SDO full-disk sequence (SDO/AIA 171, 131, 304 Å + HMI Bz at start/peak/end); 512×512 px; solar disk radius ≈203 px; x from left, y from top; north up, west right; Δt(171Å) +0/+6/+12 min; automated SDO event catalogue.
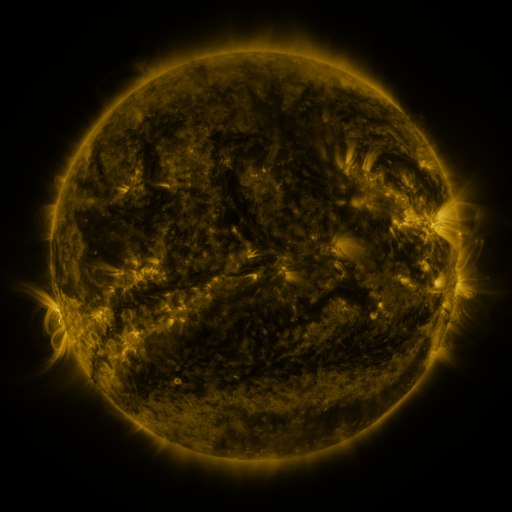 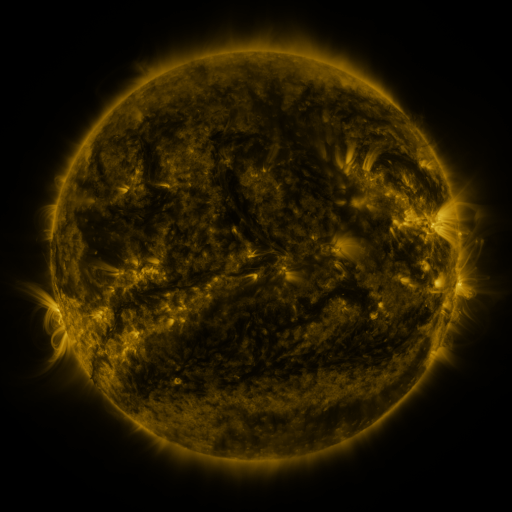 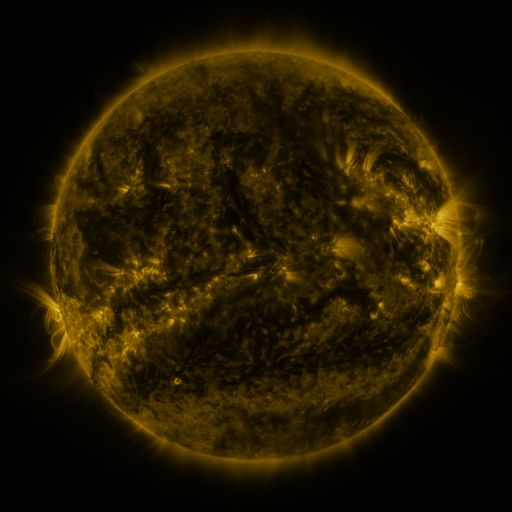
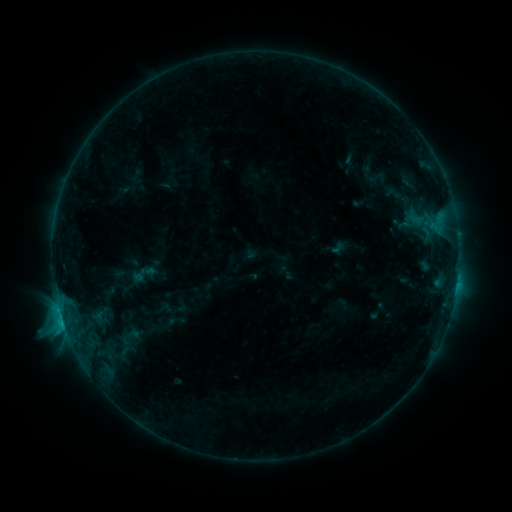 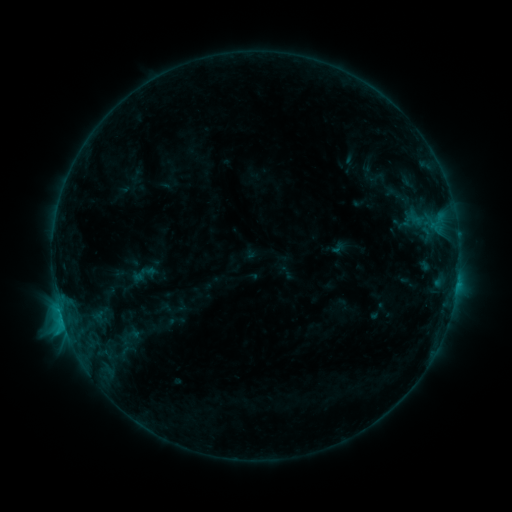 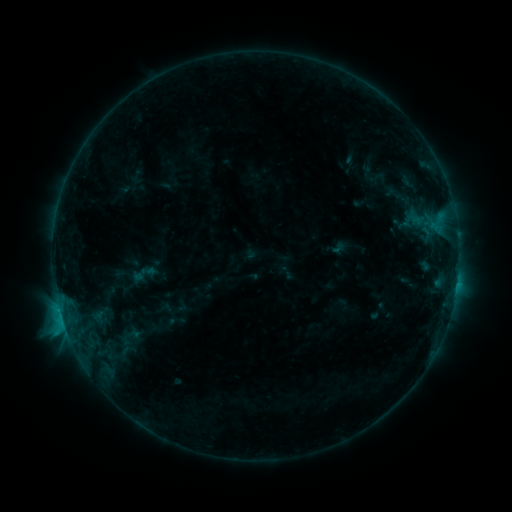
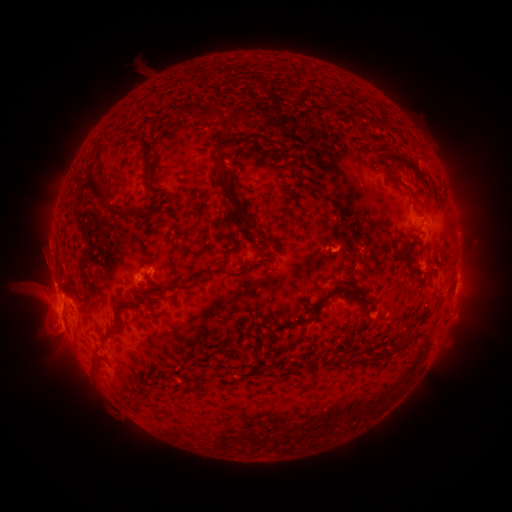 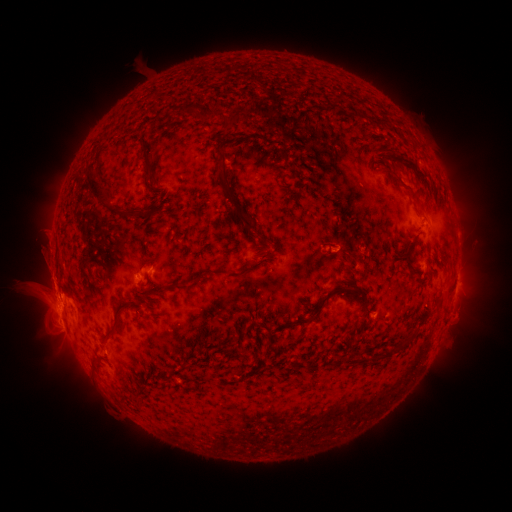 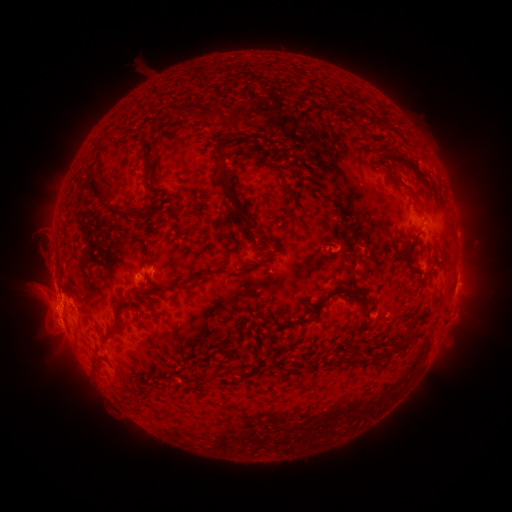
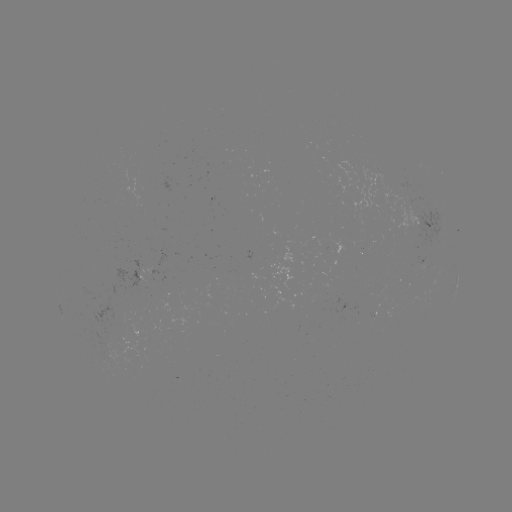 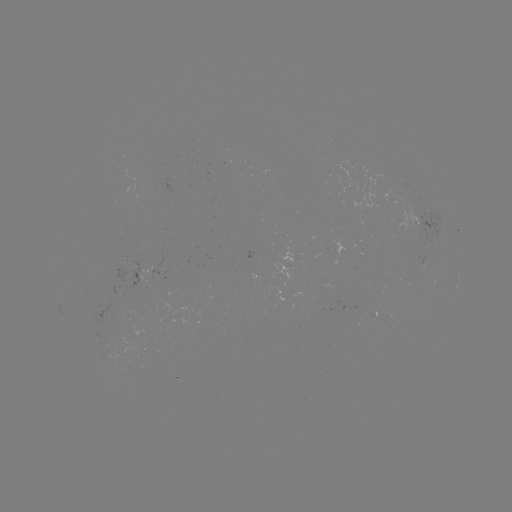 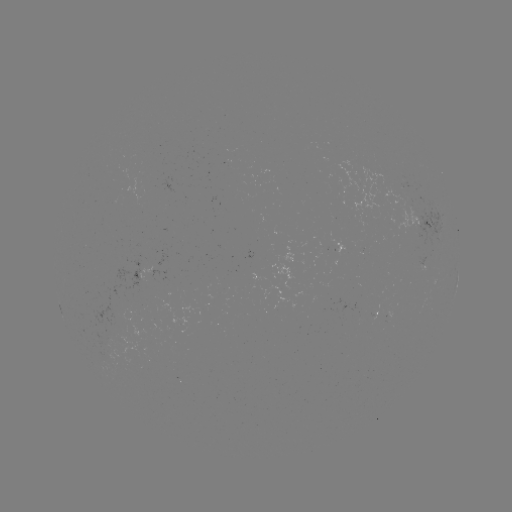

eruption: <bbox>31, 235, 77, 302</bbox>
